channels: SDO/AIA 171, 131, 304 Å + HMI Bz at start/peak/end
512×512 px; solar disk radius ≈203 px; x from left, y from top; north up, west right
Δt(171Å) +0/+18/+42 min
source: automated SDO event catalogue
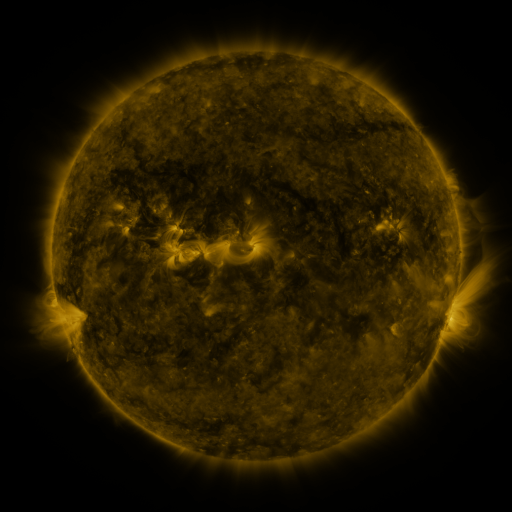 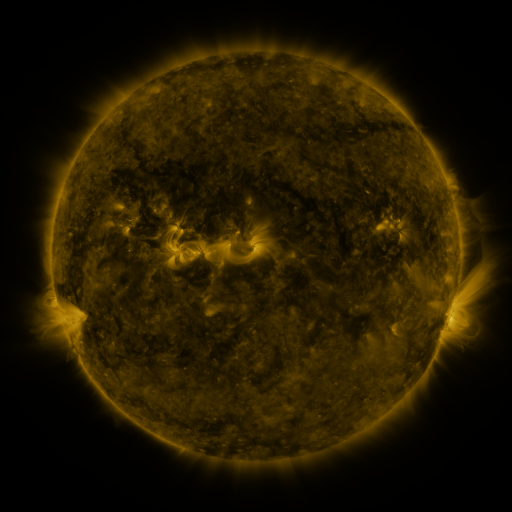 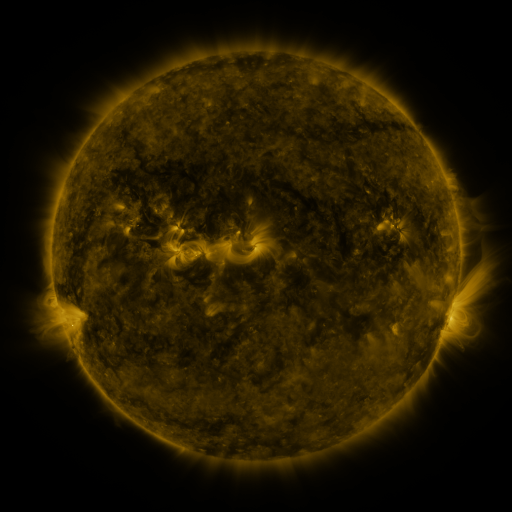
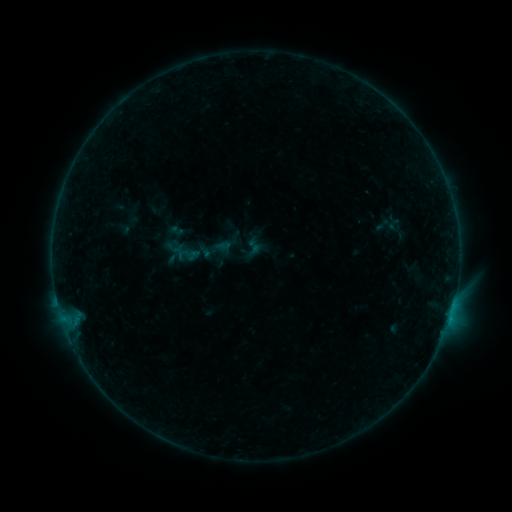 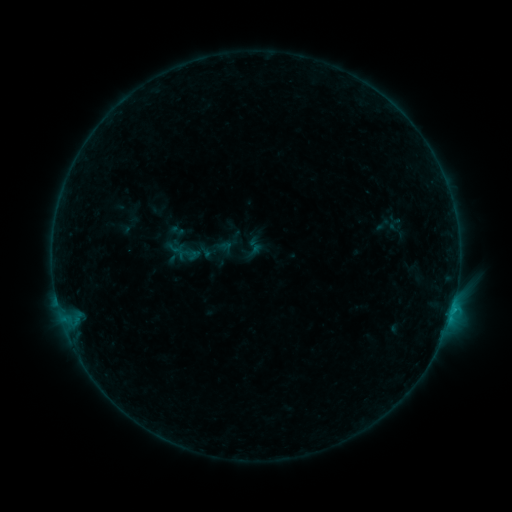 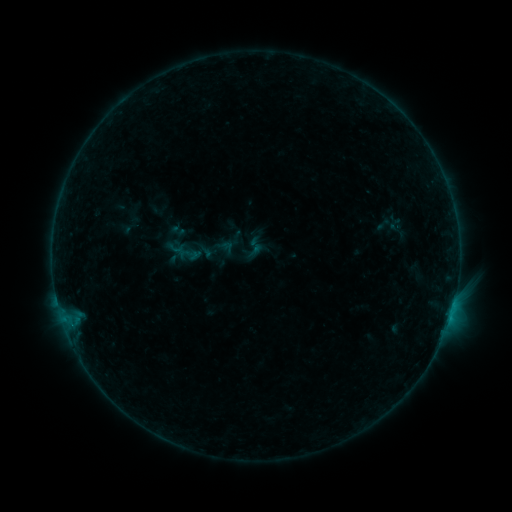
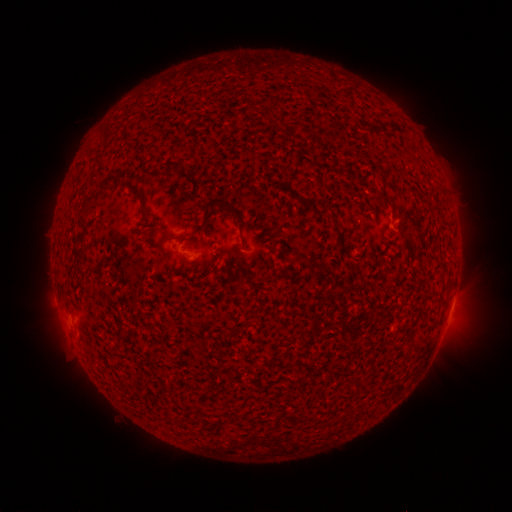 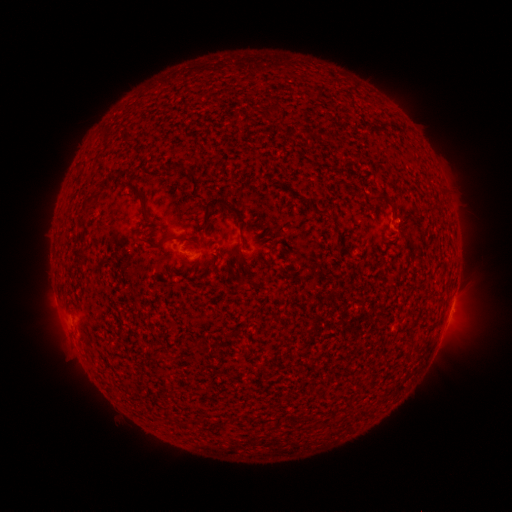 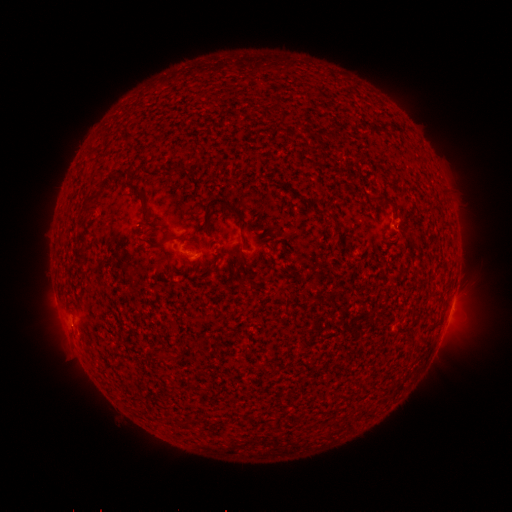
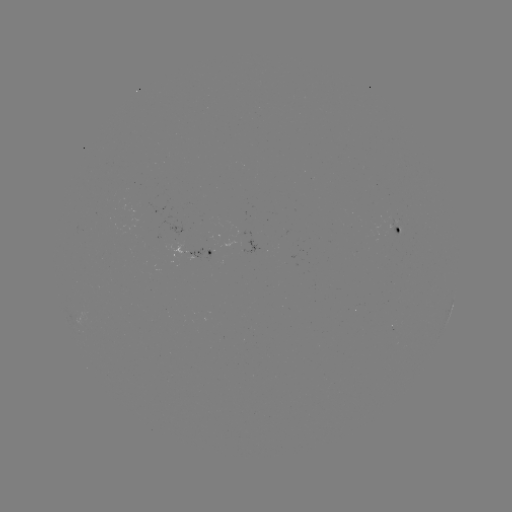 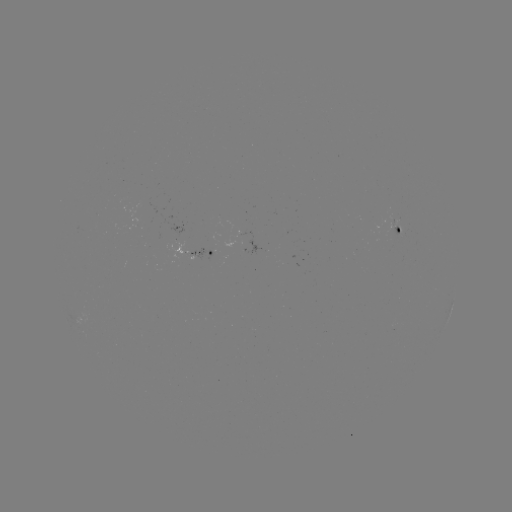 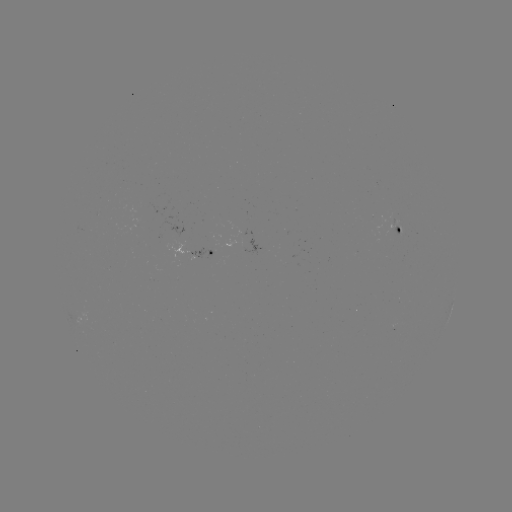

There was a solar flare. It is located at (452, 309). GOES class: B4.2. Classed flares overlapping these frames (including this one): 1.